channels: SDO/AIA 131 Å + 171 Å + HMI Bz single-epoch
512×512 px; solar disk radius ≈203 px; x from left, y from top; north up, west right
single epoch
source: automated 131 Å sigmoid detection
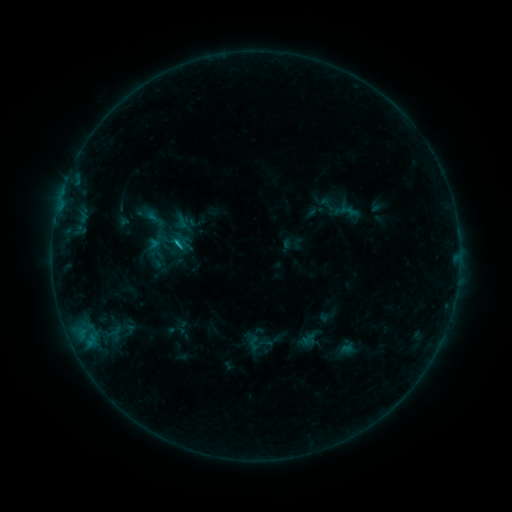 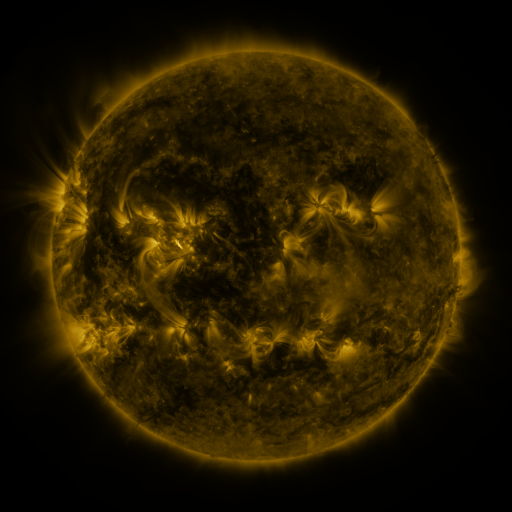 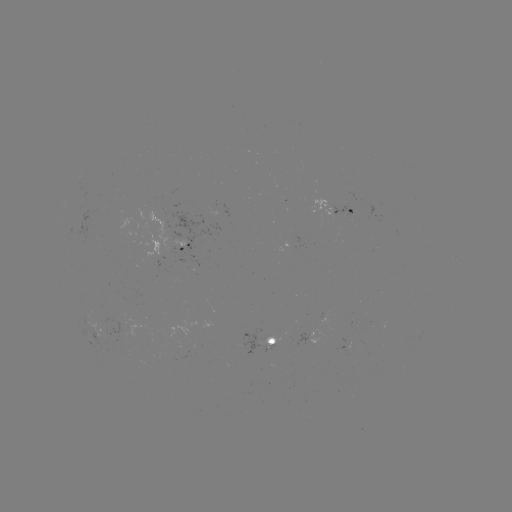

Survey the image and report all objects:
sigmoid: (316, 195, 338, 213)
sigmoid: (160, 228, 186, 257)
